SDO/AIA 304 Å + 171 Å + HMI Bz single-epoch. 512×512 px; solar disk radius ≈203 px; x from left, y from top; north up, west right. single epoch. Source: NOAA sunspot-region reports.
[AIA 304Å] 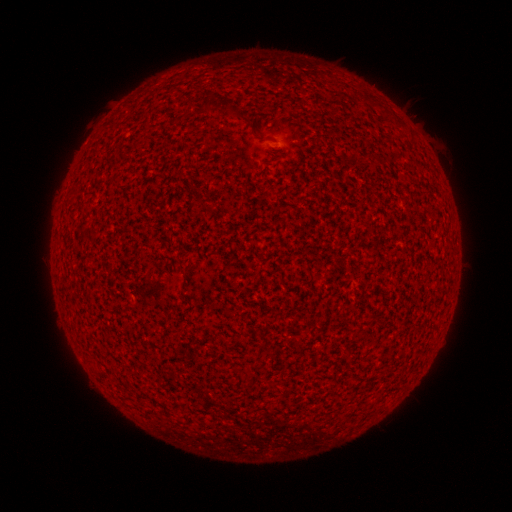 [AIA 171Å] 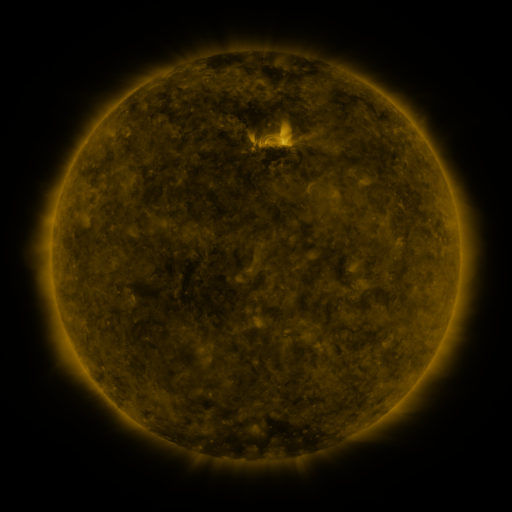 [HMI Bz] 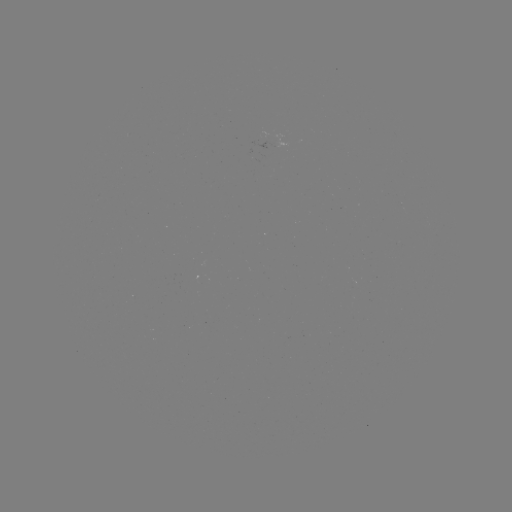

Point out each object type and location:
(none)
